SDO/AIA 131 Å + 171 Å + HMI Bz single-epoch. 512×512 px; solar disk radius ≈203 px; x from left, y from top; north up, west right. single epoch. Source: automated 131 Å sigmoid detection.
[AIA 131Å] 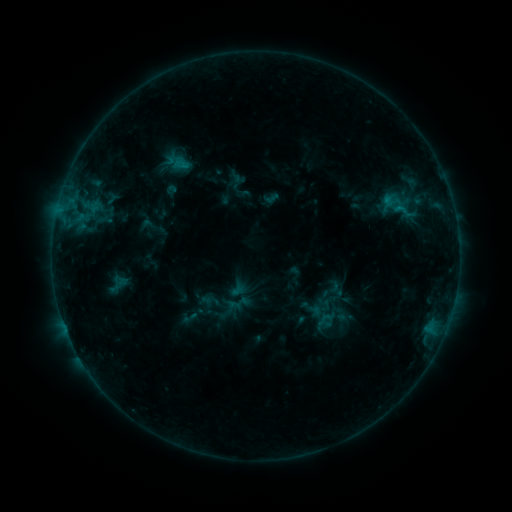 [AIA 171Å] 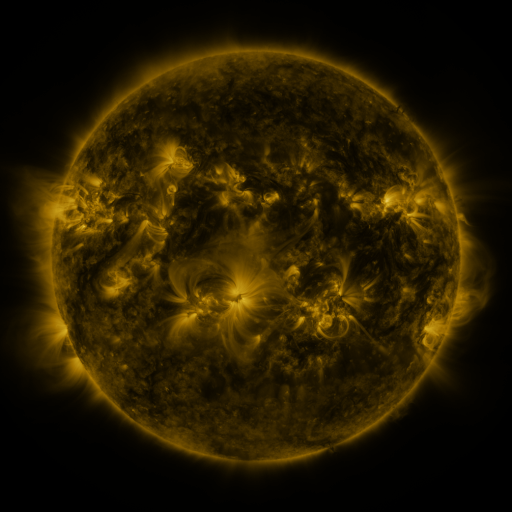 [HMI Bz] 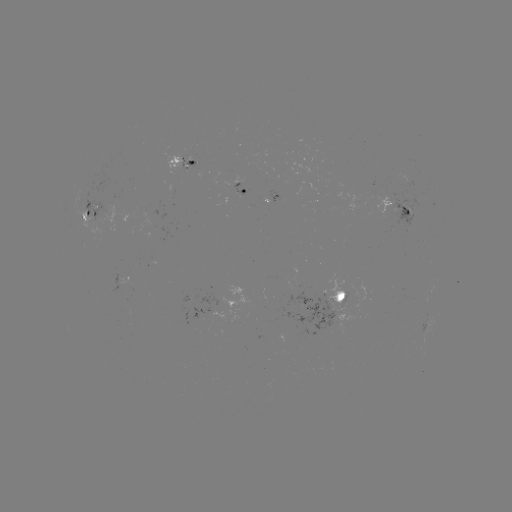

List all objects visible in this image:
sigmoid: <bbox>381, 190, 414, 221</bbox>
sigmoid: <bbox>316, 310, 333, 328</bbox>
